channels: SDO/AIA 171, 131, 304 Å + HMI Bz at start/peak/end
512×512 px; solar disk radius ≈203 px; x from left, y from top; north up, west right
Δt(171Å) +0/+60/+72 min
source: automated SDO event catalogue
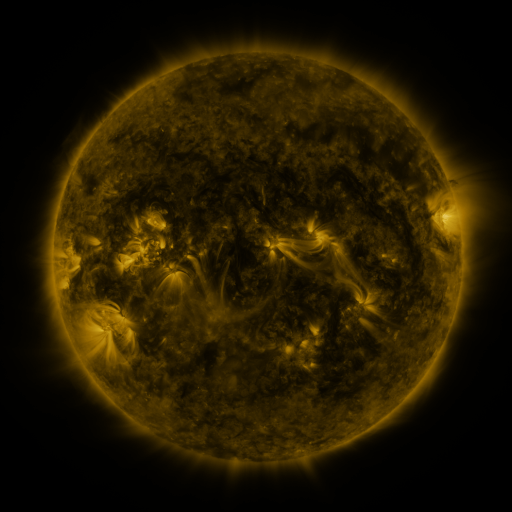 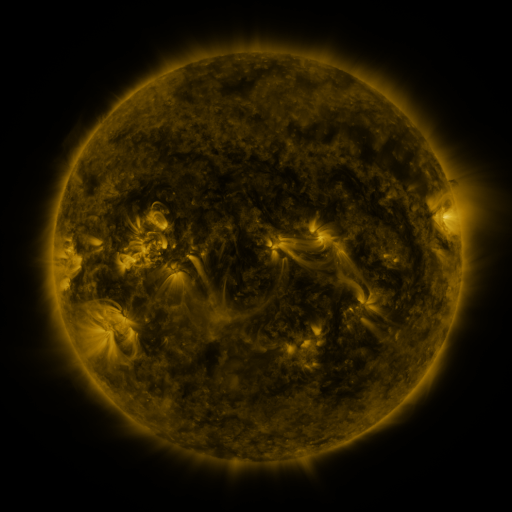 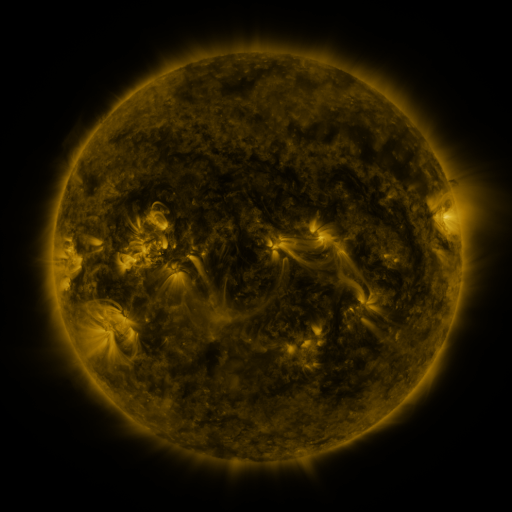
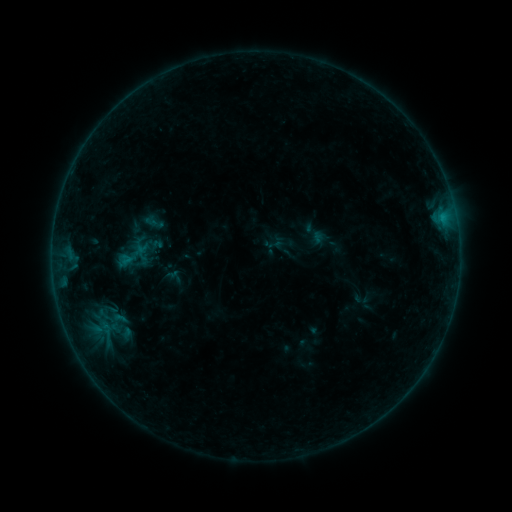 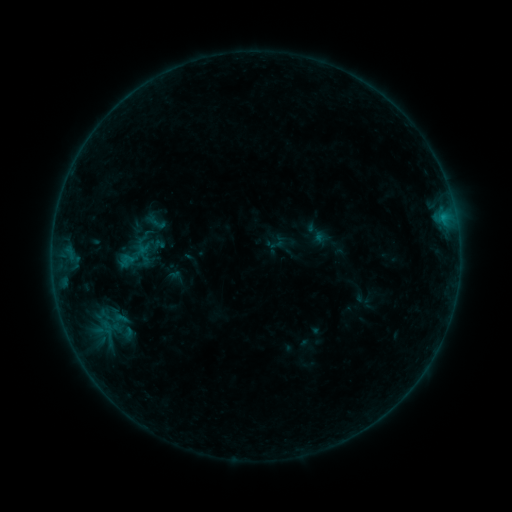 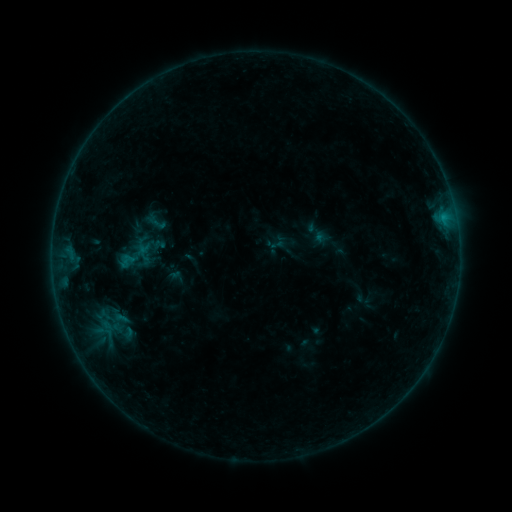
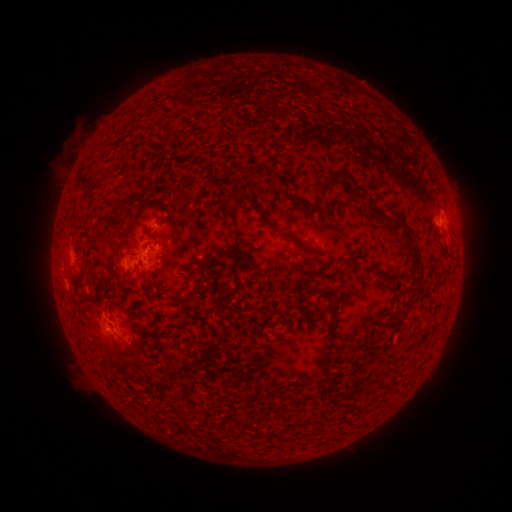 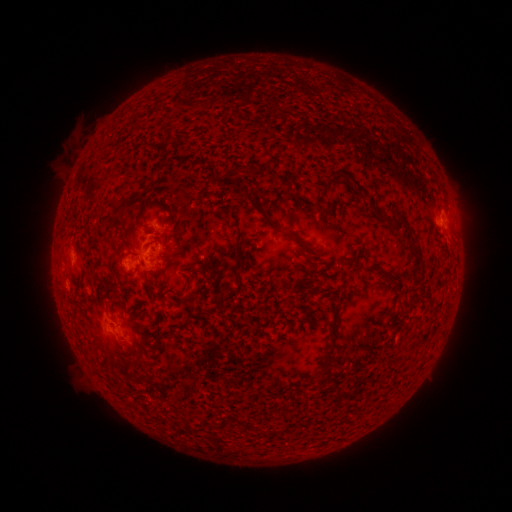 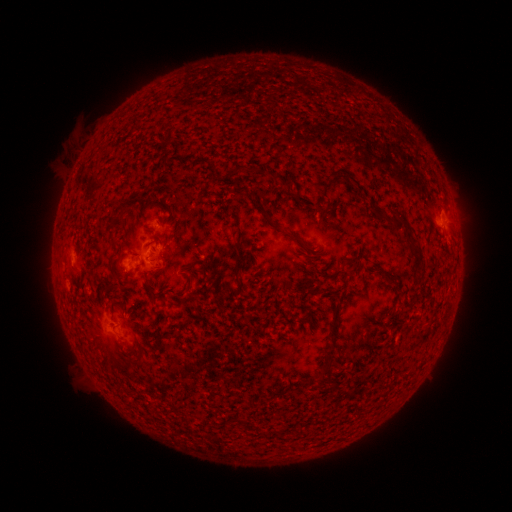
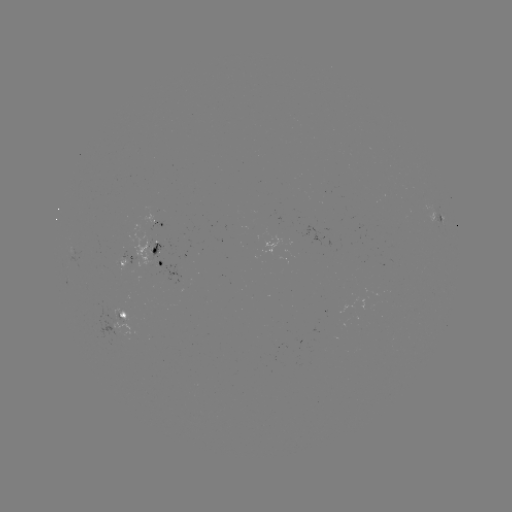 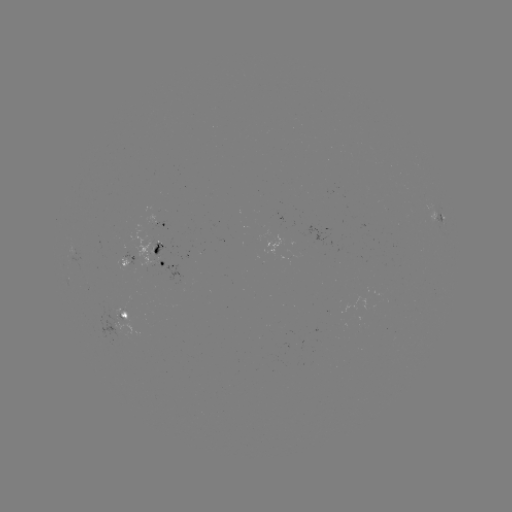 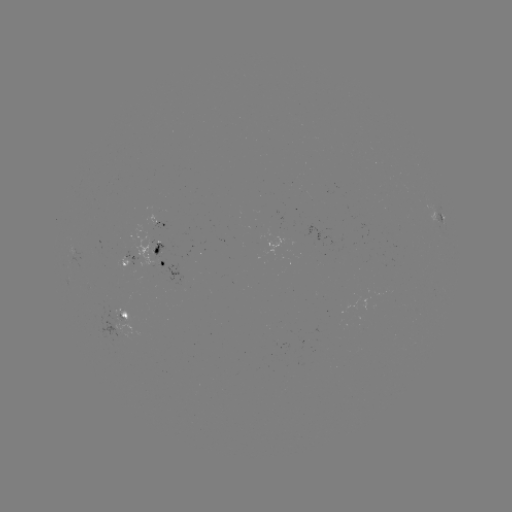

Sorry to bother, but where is emerging-flux region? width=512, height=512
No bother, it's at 159,250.